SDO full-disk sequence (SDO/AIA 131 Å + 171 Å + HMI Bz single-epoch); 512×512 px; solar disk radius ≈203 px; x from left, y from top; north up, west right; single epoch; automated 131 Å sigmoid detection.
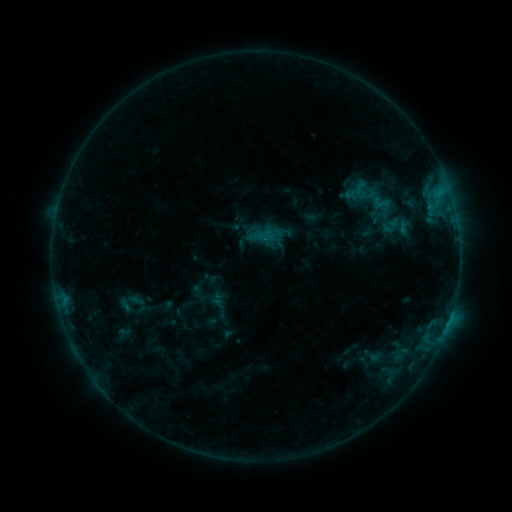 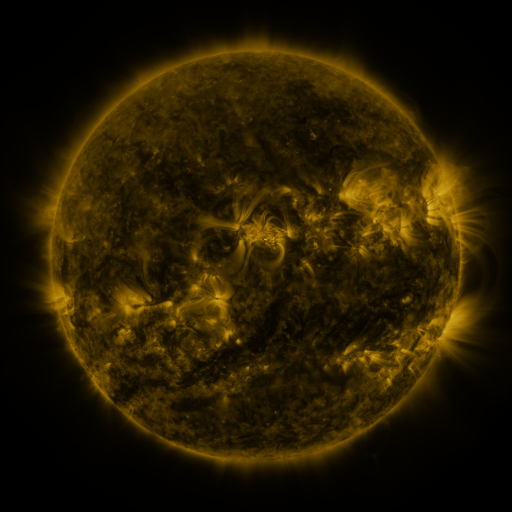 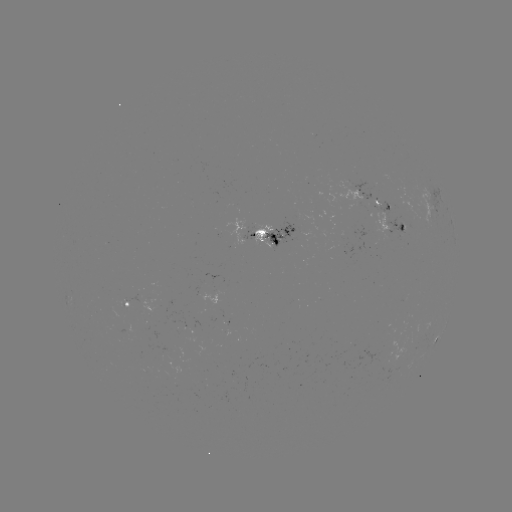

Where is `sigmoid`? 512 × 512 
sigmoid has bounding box [370, 195, 391, 211].